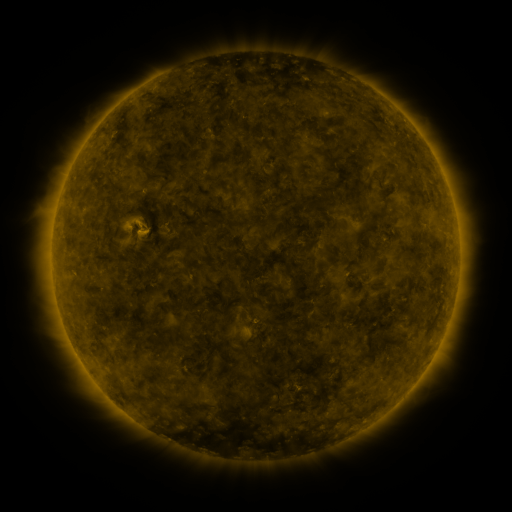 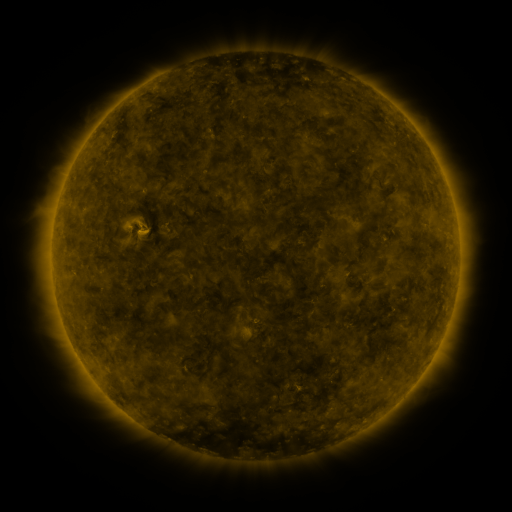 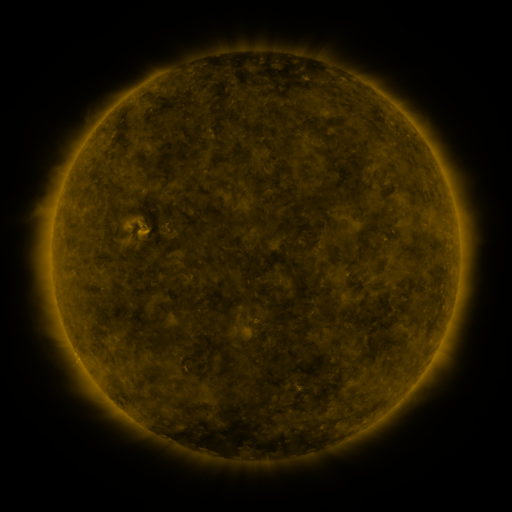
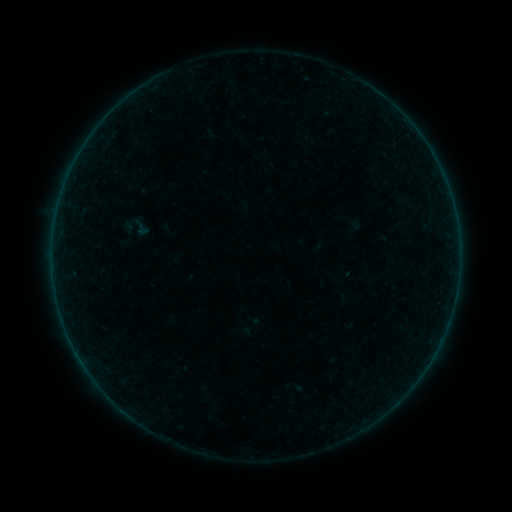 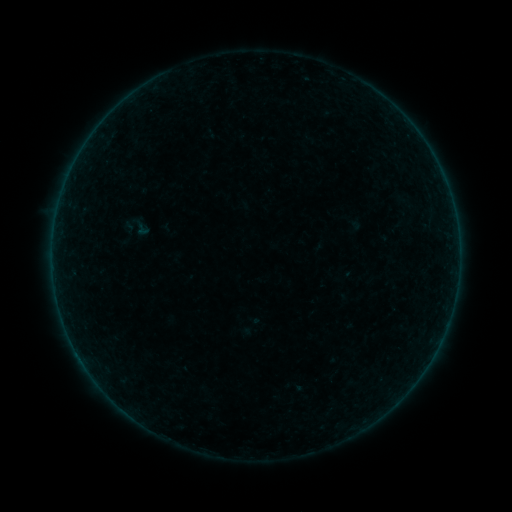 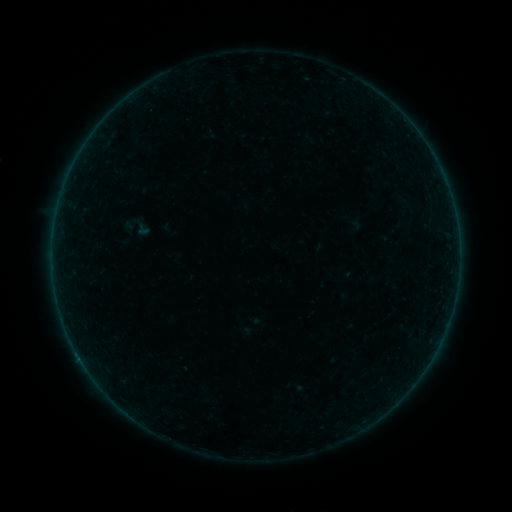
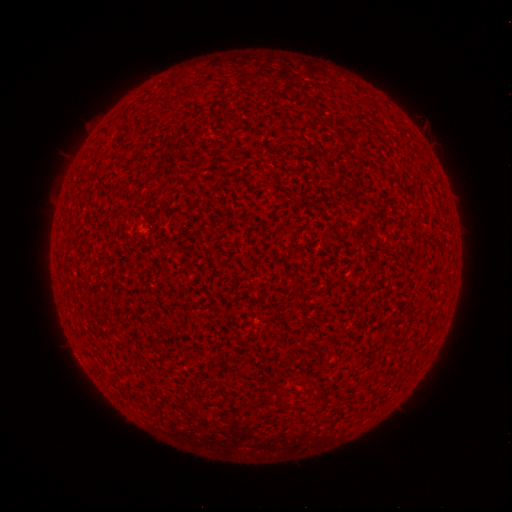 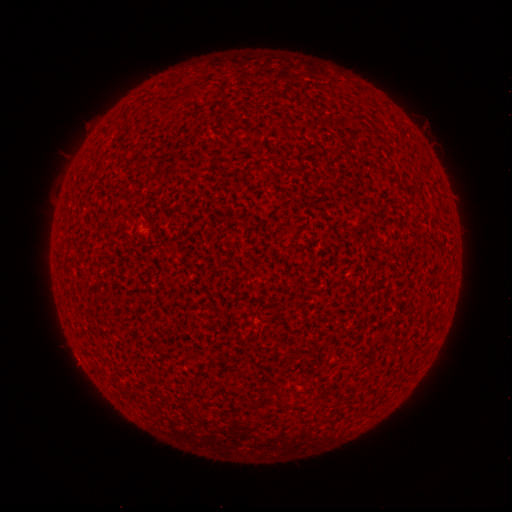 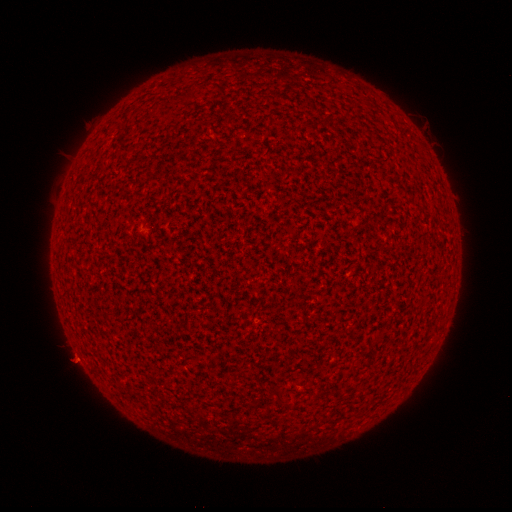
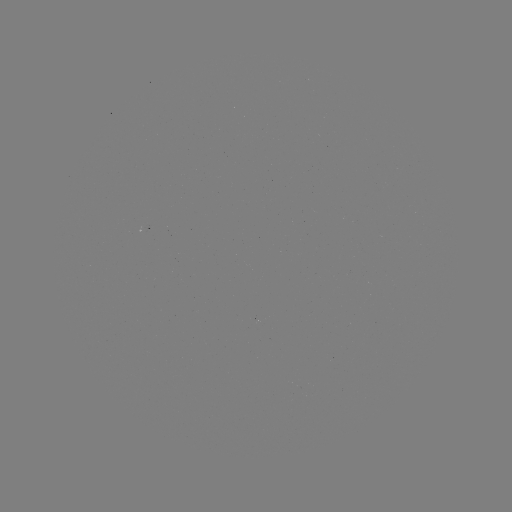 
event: flare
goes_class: B1.3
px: (78, 353)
